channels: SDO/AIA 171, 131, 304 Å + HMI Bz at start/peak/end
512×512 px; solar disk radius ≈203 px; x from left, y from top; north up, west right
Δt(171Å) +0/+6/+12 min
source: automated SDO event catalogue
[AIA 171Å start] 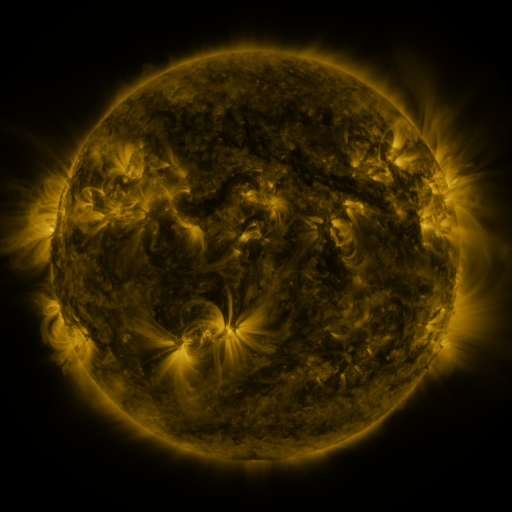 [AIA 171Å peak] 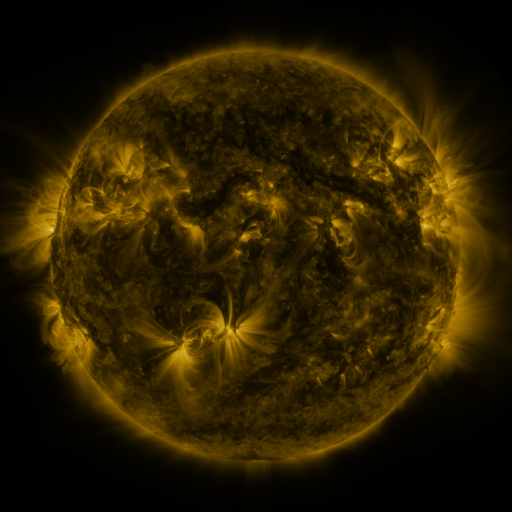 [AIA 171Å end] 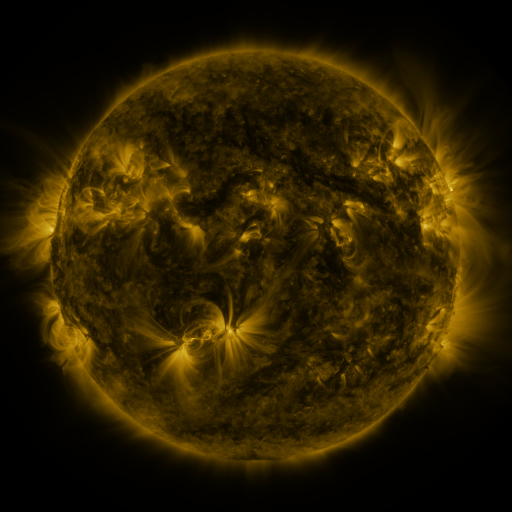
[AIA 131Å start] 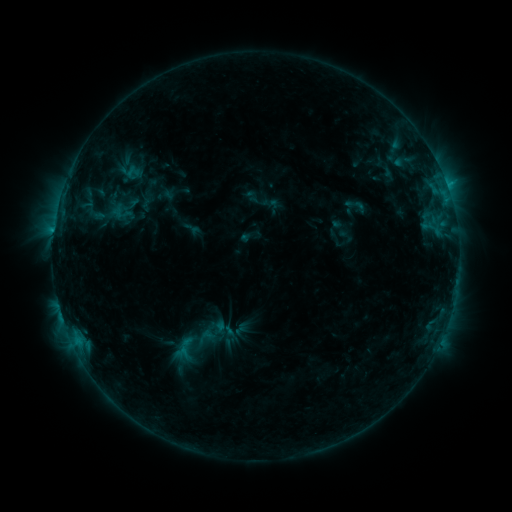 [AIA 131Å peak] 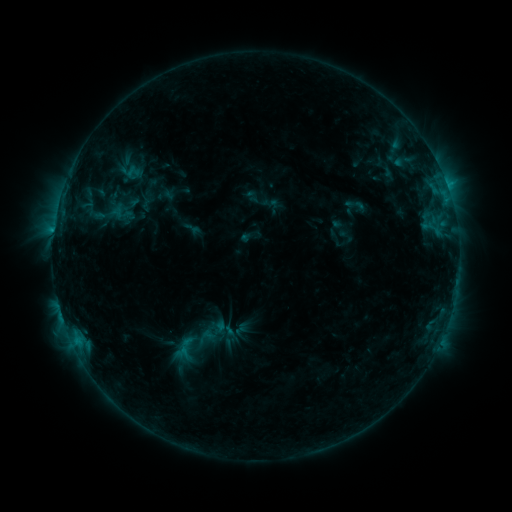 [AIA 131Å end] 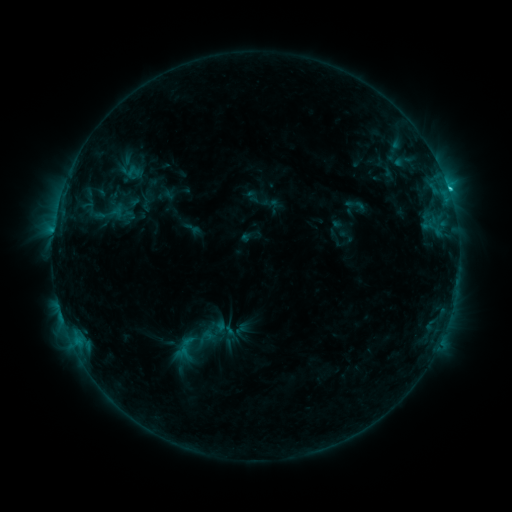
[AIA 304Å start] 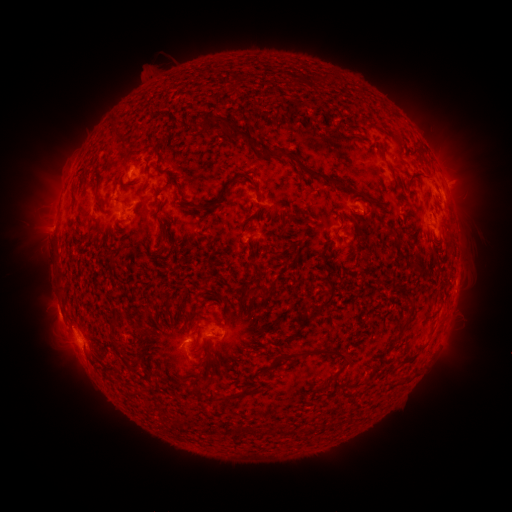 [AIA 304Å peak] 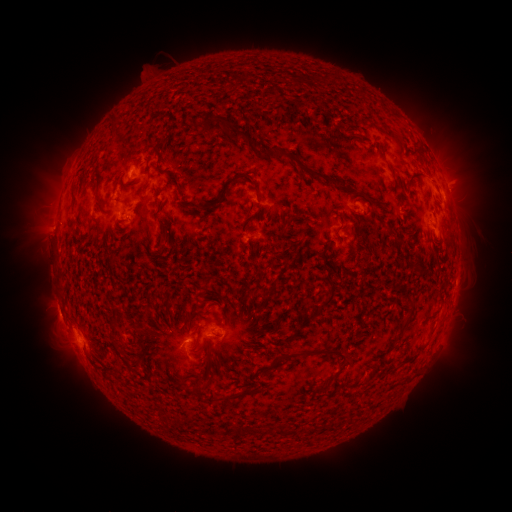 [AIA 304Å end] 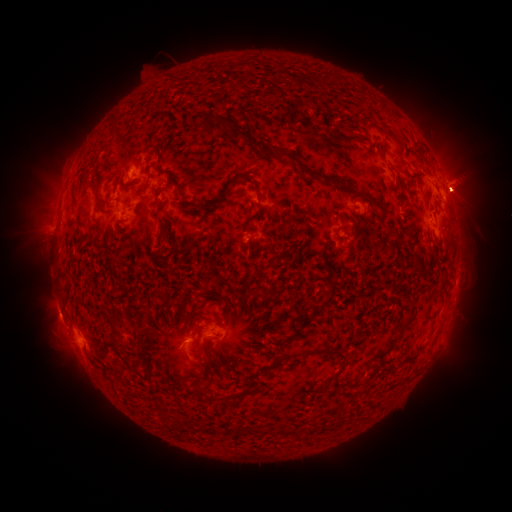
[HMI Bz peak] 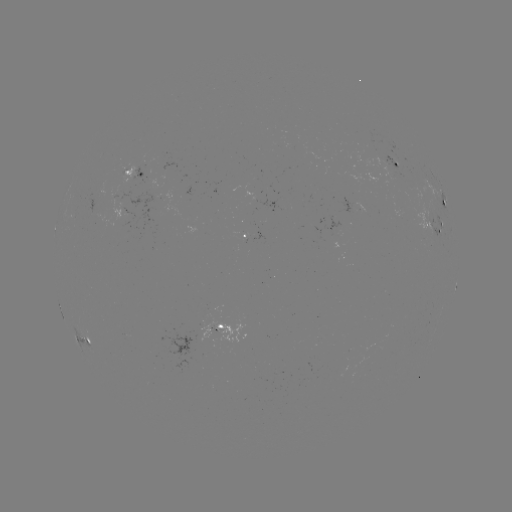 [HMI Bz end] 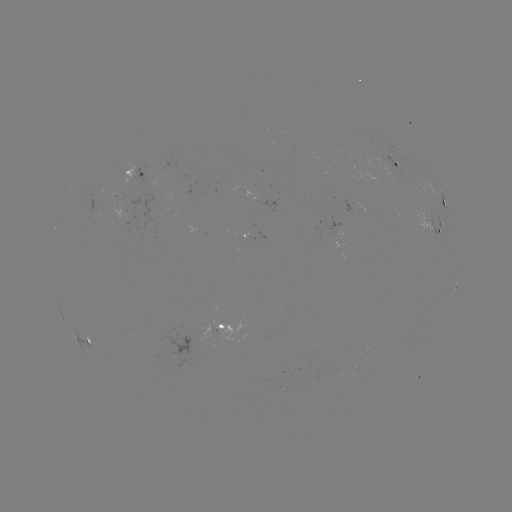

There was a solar eruption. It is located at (427, 247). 